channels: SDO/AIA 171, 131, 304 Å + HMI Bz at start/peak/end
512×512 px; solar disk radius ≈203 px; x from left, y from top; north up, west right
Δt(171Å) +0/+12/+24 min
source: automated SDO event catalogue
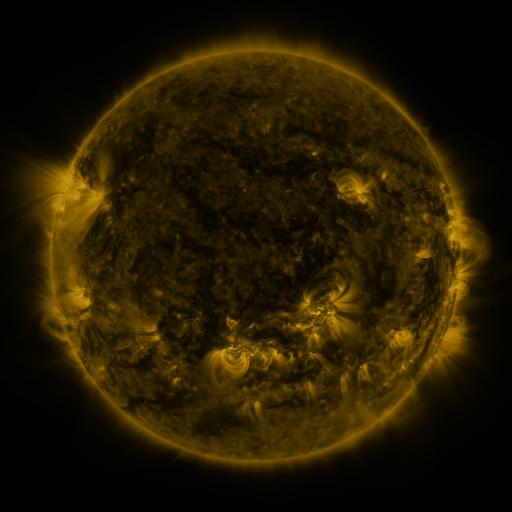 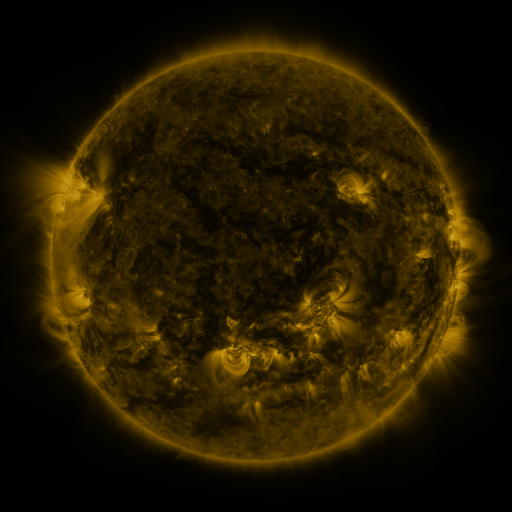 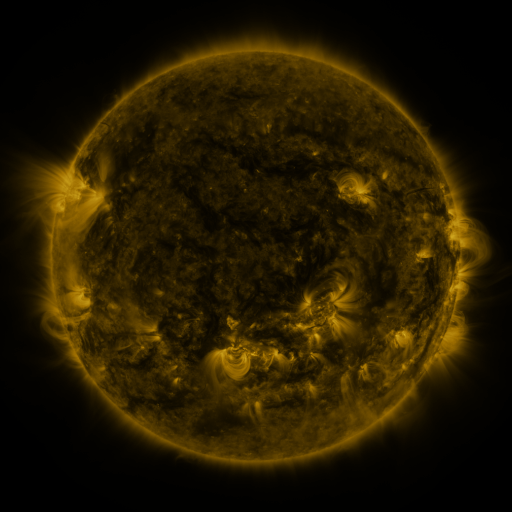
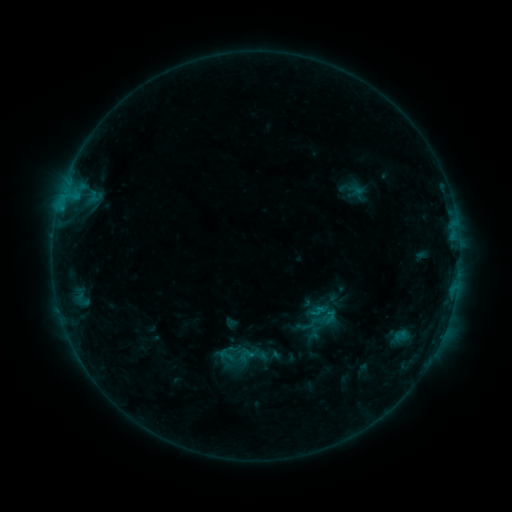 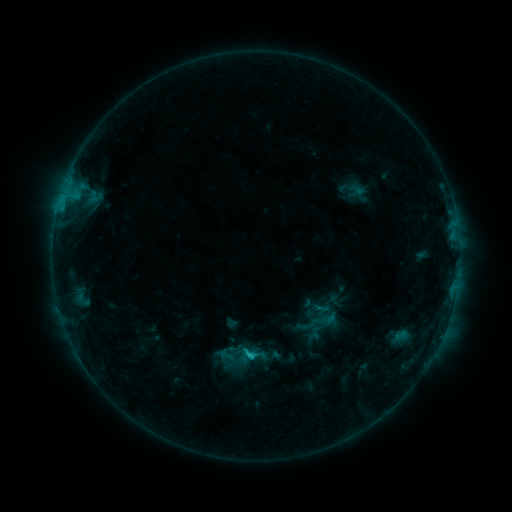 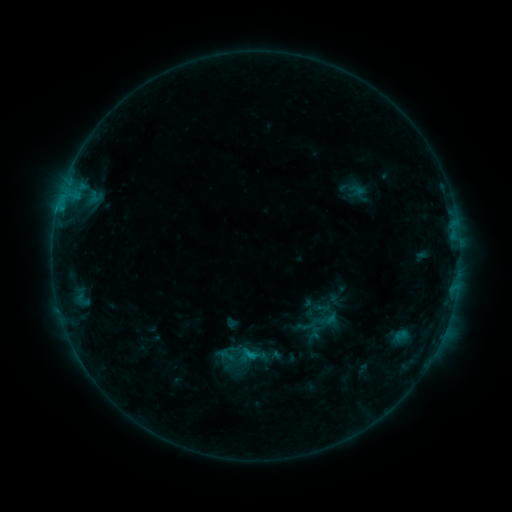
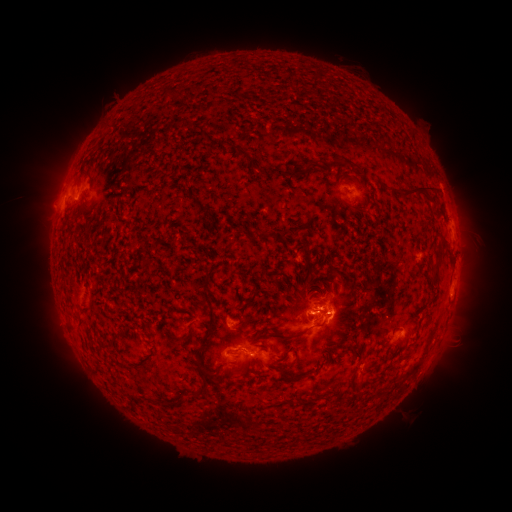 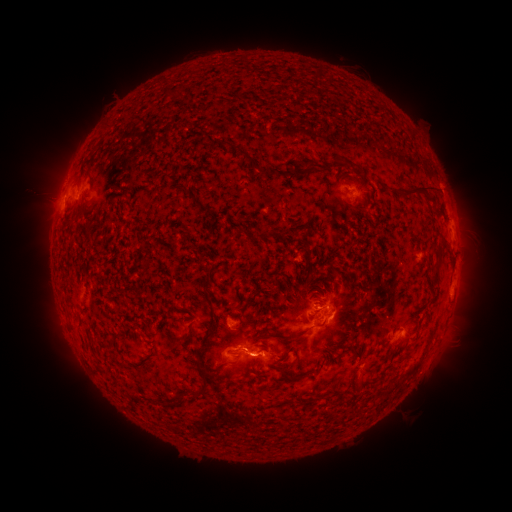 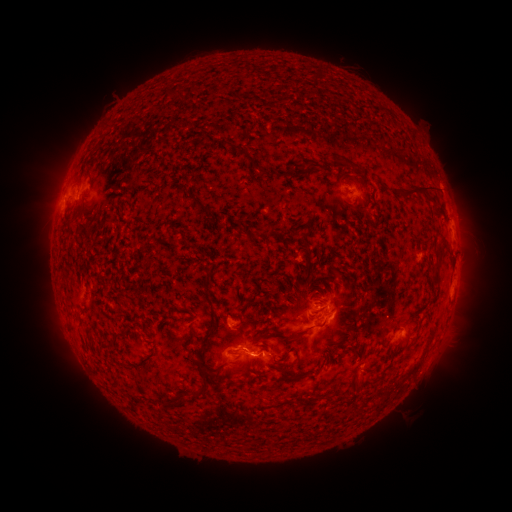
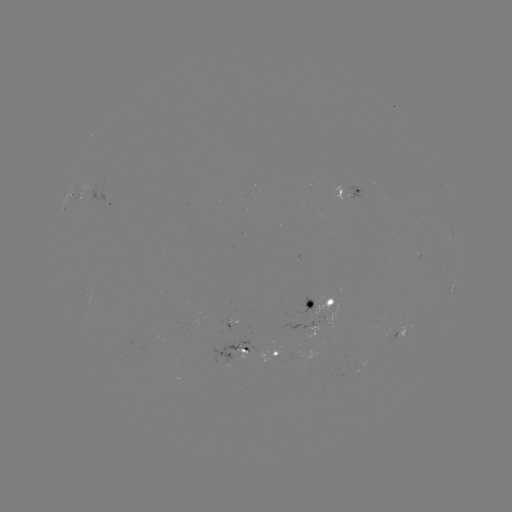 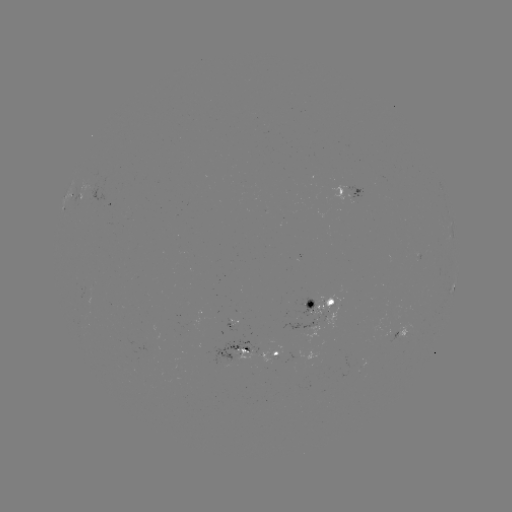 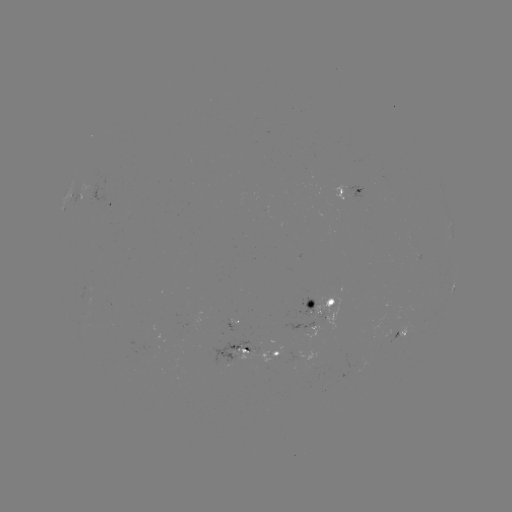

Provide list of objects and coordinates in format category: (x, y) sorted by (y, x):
C1.5 flare: (252, 354)
